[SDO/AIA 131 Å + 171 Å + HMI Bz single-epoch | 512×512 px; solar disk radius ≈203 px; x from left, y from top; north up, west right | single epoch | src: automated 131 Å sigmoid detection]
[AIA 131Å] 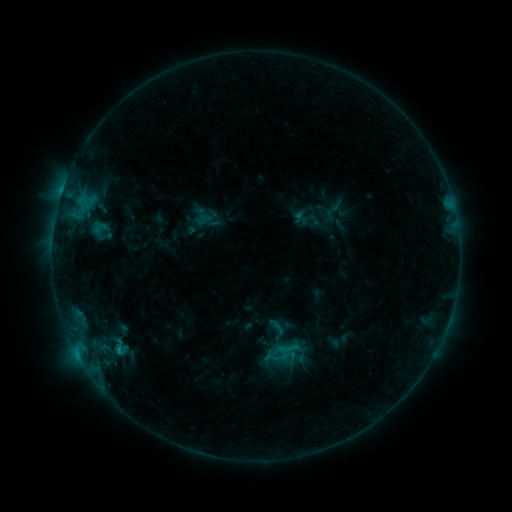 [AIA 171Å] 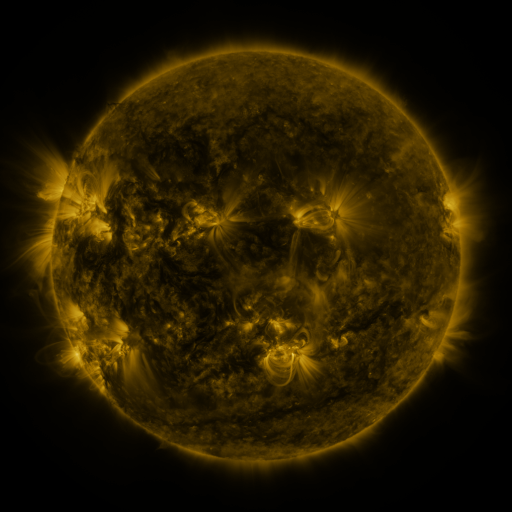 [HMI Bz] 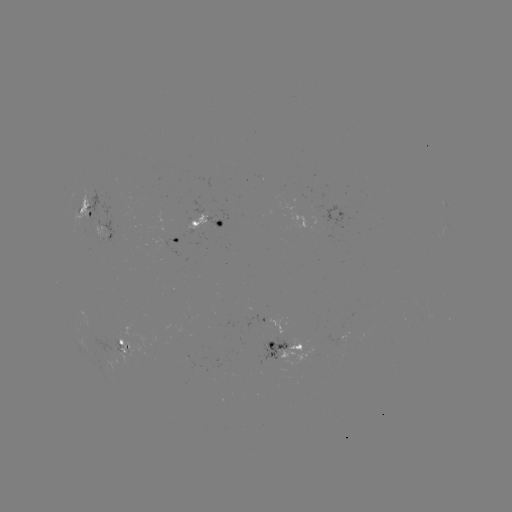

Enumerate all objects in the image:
sigmoid: (288, 349)
